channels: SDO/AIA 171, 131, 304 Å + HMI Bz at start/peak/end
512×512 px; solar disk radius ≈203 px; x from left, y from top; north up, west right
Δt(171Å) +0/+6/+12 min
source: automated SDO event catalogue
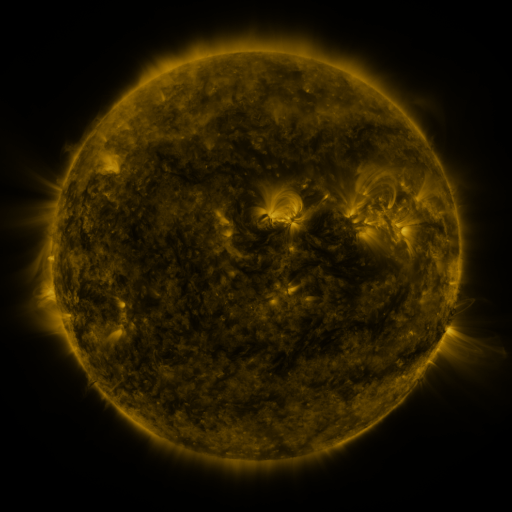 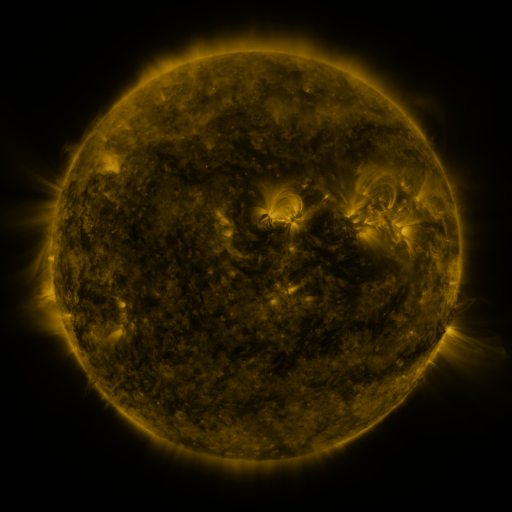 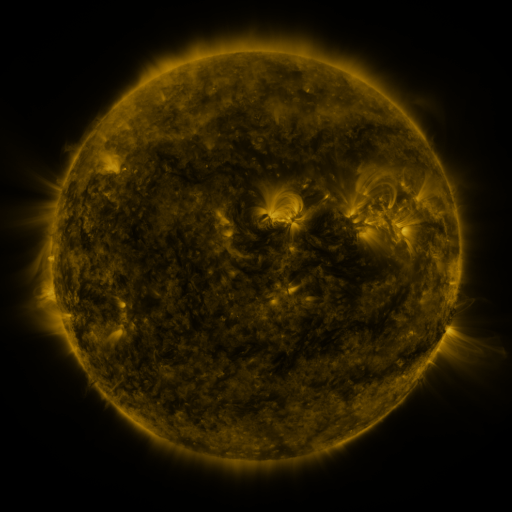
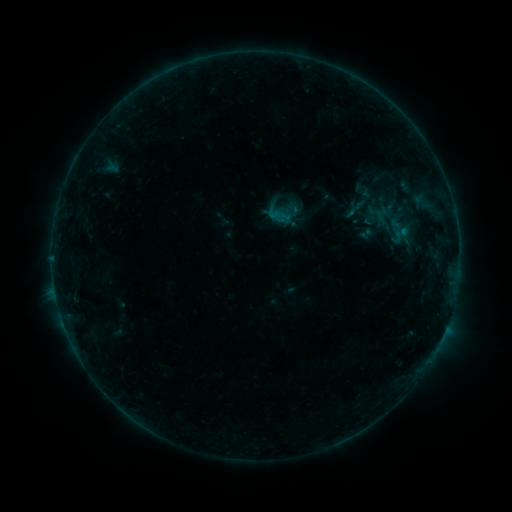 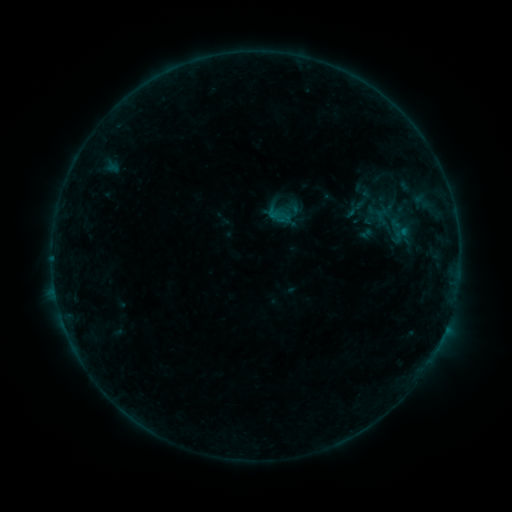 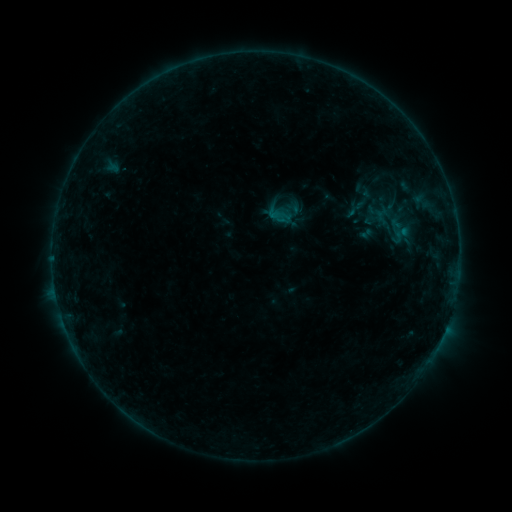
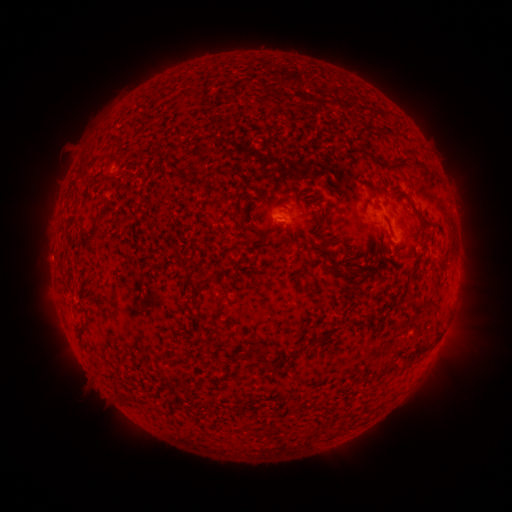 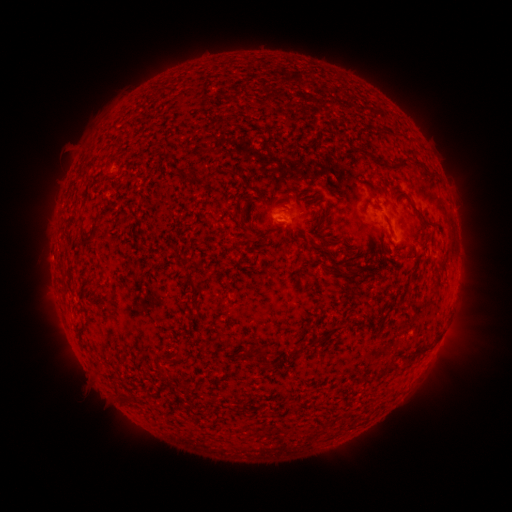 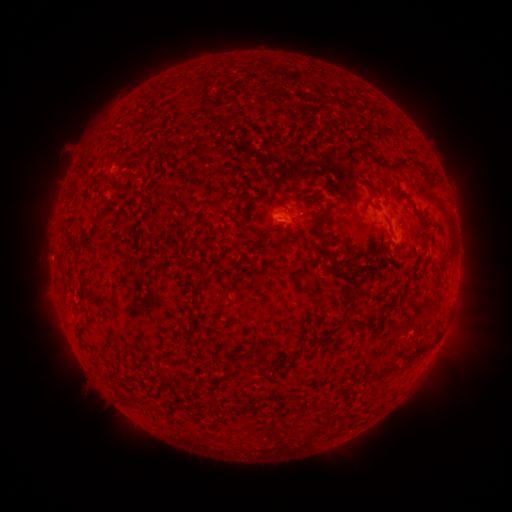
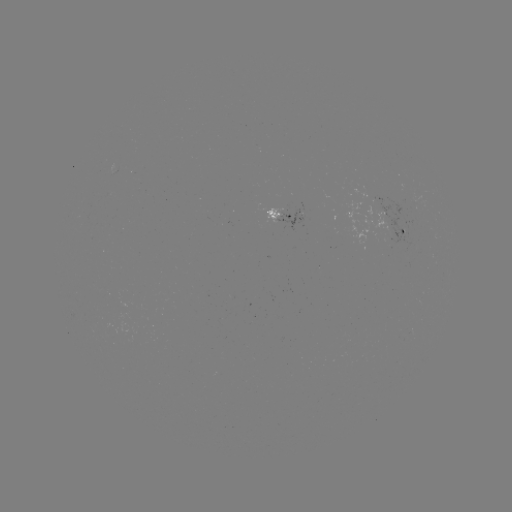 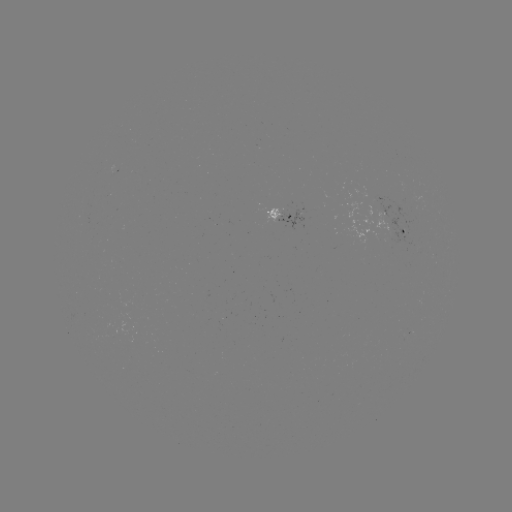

no classed flare was catalogued and no EUV brightening was flagged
